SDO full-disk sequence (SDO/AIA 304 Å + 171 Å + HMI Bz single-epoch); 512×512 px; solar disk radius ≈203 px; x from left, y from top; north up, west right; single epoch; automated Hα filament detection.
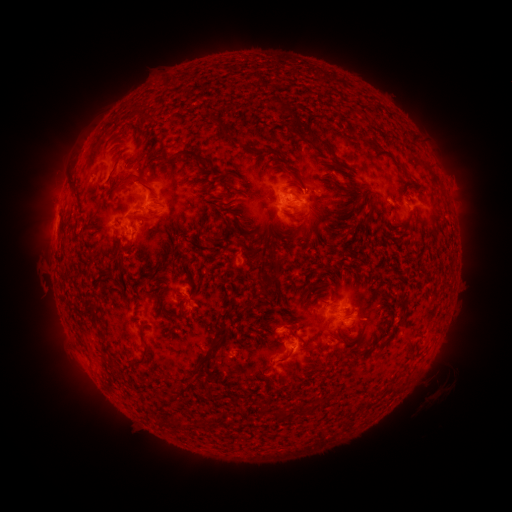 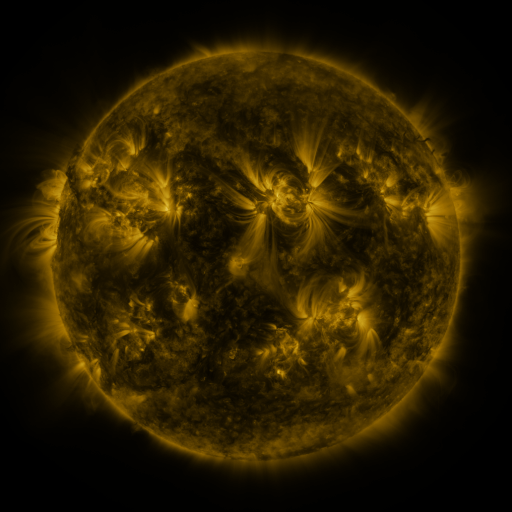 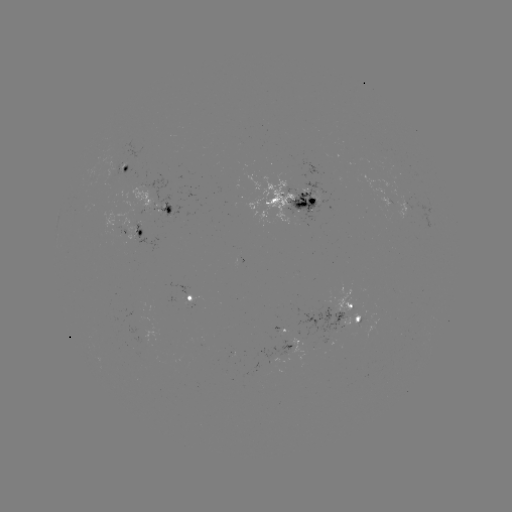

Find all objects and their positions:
filament: (287, 110)
filament: (189, 153)
filament: (135, 176)
filament: (368, 218)
filament: (267, 285)
filament: (92, 318)
filament: (210, 347)
filament: (312, 350)
filament: (144, 351)
